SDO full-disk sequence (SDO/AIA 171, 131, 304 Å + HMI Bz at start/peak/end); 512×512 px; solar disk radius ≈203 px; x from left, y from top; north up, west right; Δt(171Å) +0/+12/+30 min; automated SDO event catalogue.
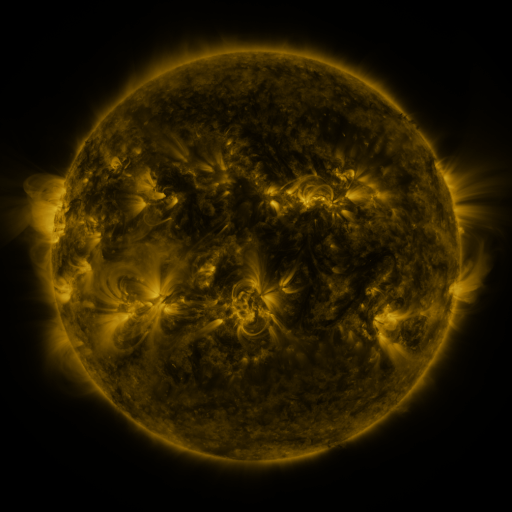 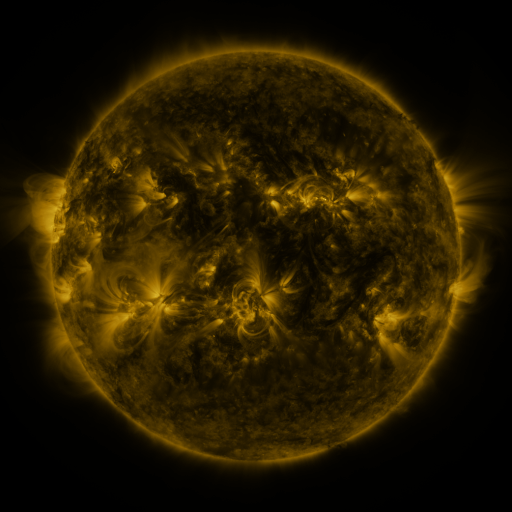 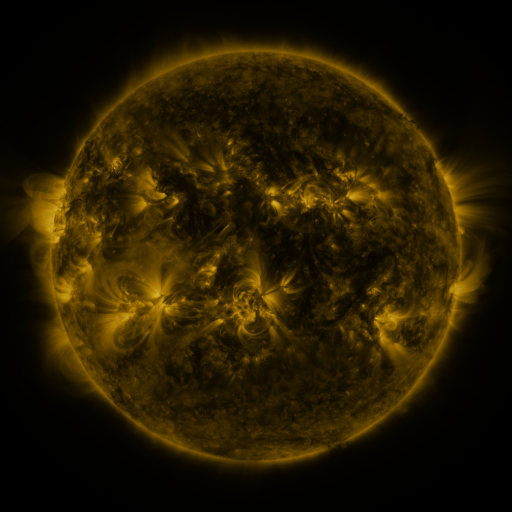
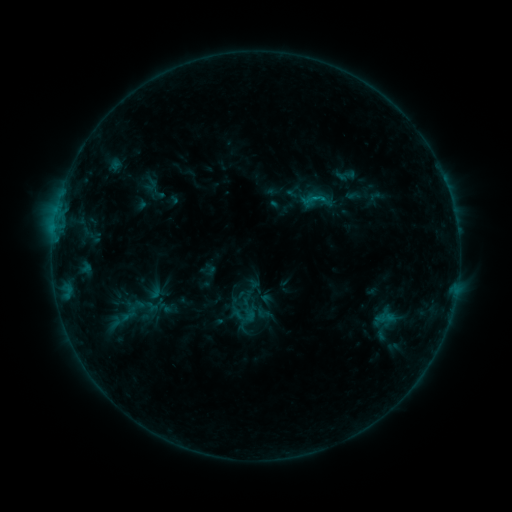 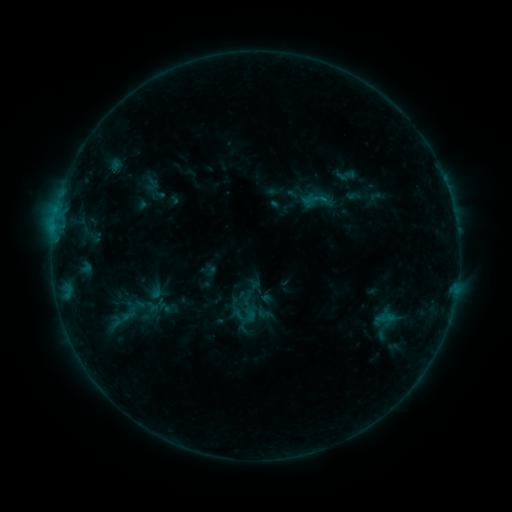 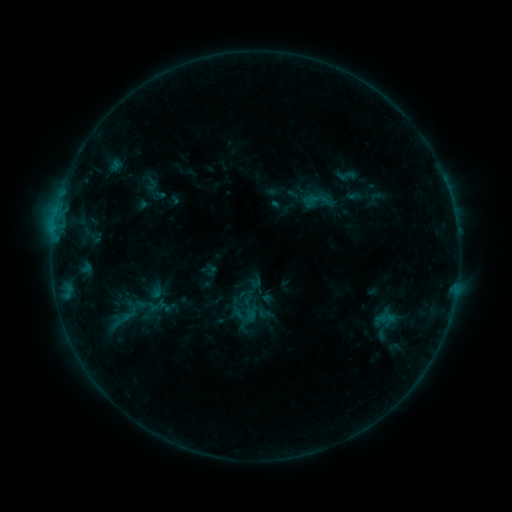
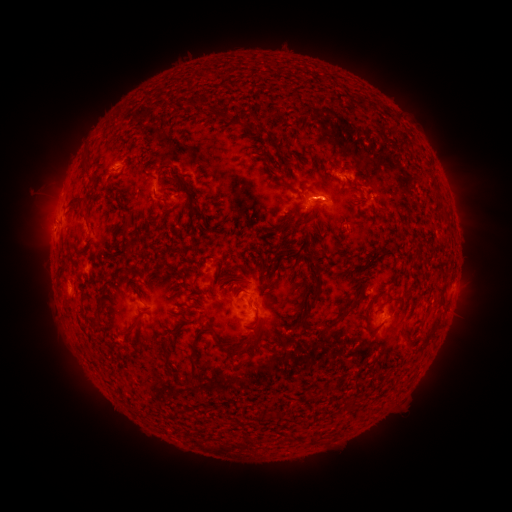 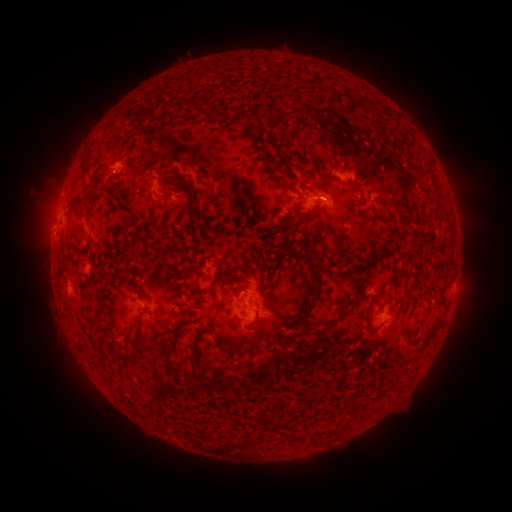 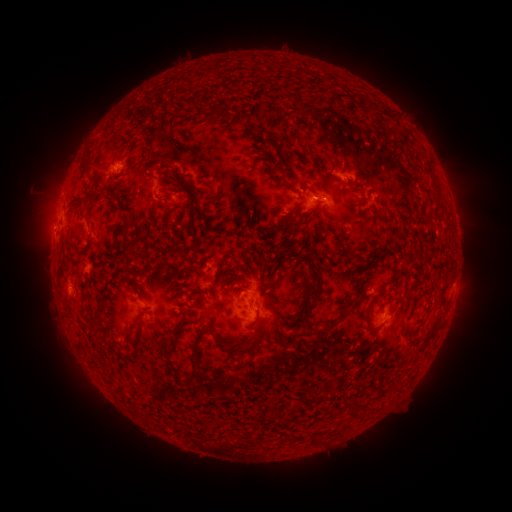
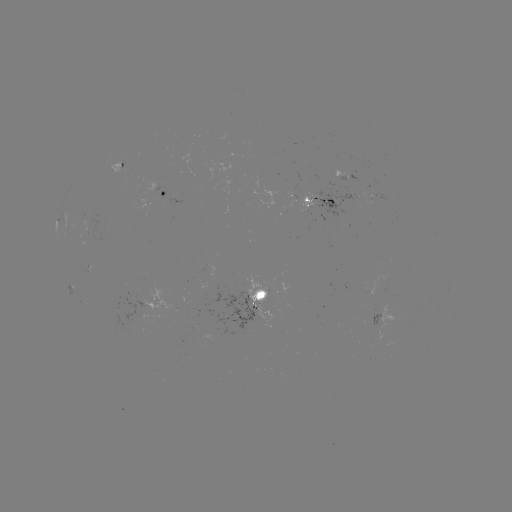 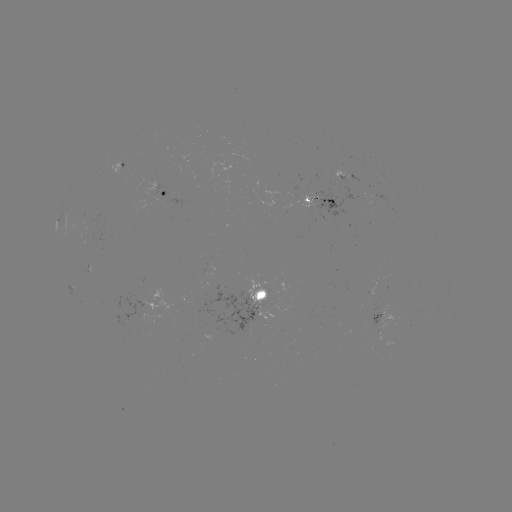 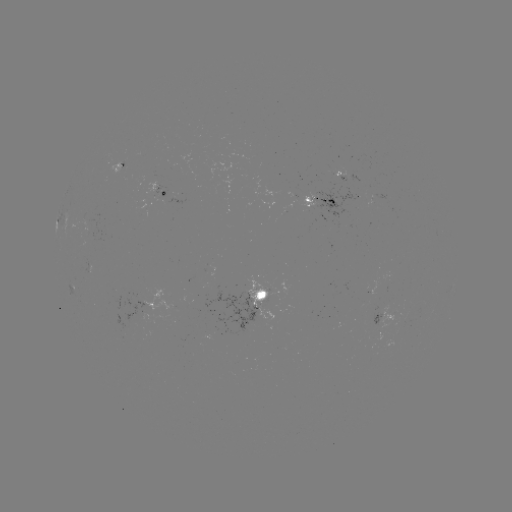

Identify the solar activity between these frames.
no classed flare was catalogued and no EUV brightening was flagged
